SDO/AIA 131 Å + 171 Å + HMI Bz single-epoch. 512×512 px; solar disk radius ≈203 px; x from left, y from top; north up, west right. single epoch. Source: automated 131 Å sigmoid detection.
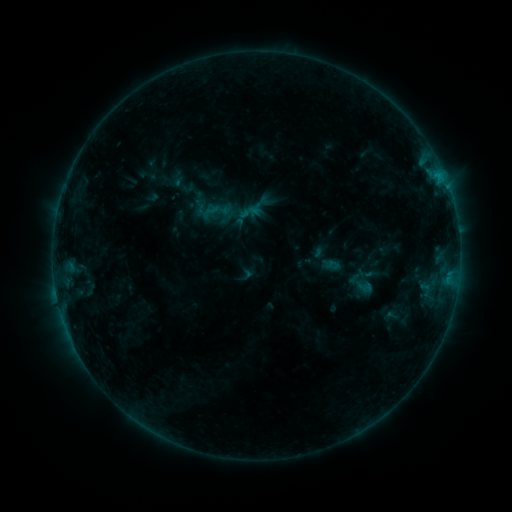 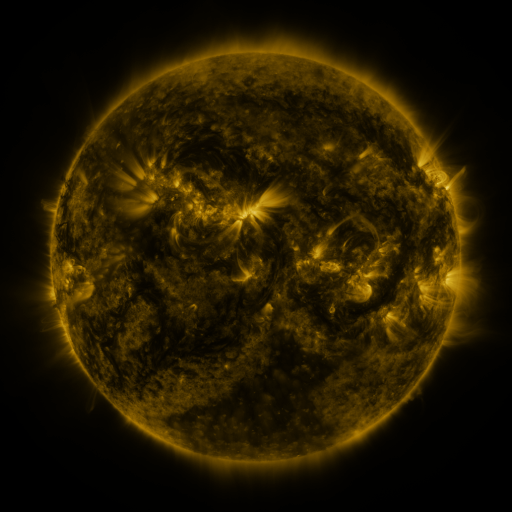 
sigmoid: <bbox>200, 196, 232, 228</bbox>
